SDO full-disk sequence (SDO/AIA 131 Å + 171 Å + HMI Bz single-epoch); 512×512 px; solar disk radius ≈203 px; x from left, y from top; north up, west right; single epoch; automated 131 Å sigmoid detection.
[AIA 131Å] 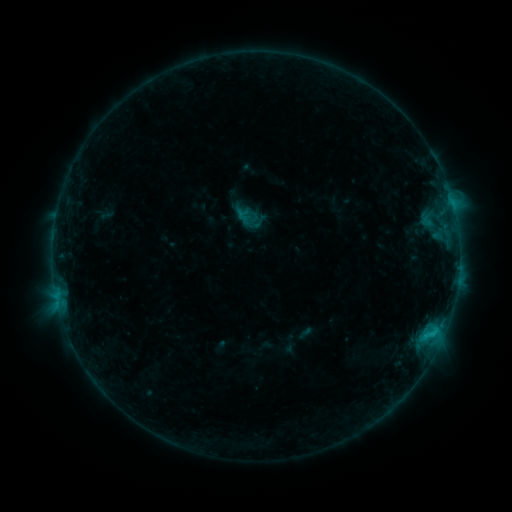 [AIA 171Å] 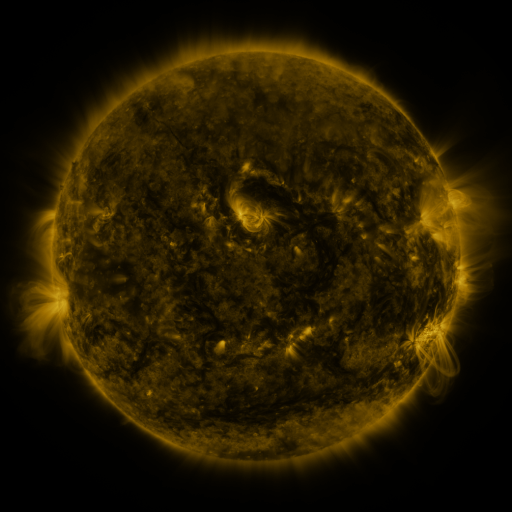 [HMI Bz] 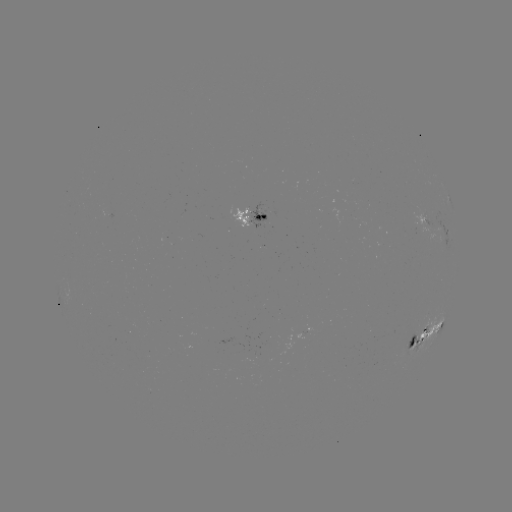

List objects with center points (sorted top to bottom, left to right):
sigmoid: (238, 208, 254, 225)
